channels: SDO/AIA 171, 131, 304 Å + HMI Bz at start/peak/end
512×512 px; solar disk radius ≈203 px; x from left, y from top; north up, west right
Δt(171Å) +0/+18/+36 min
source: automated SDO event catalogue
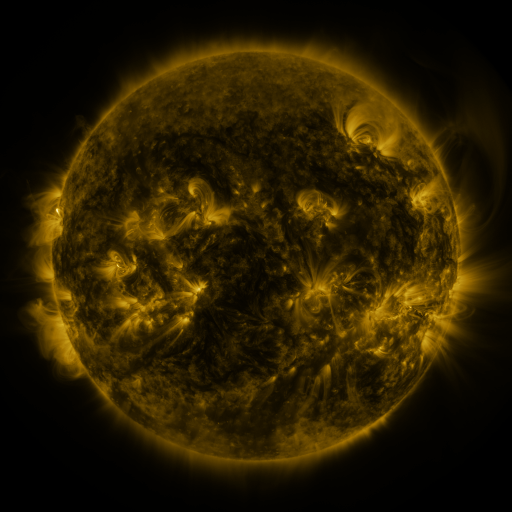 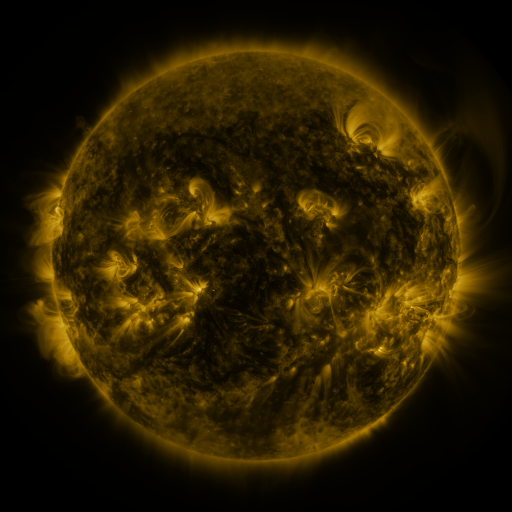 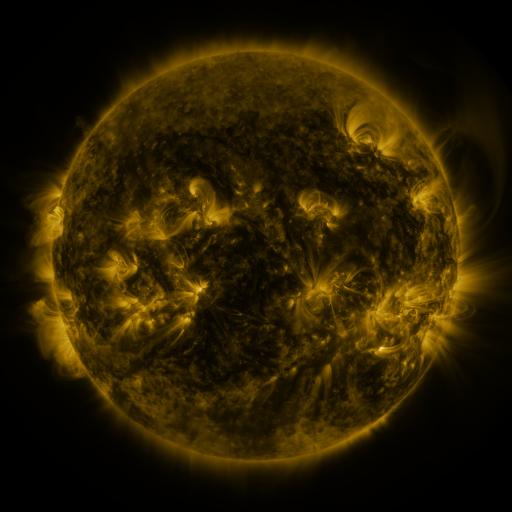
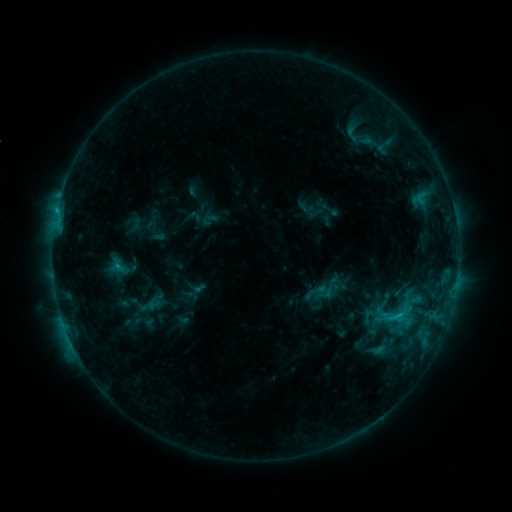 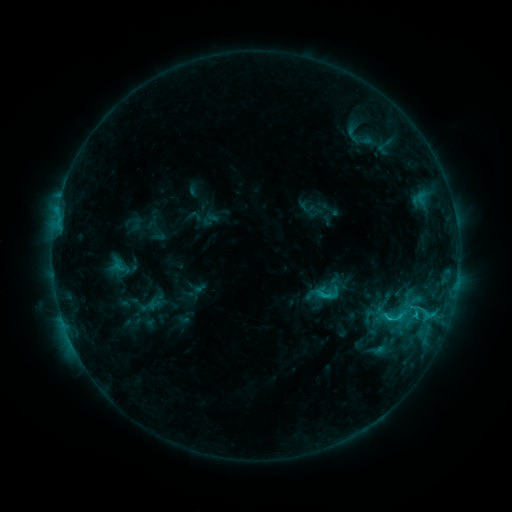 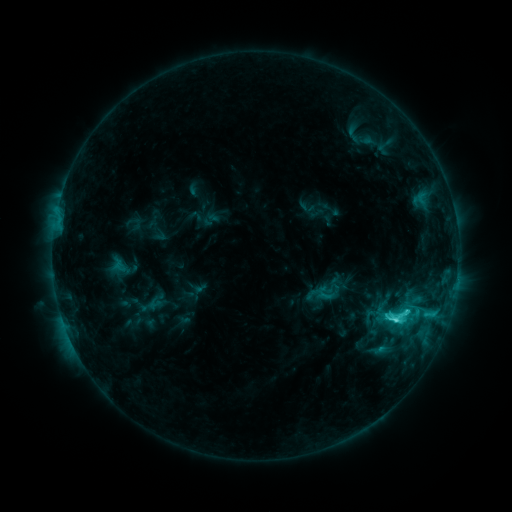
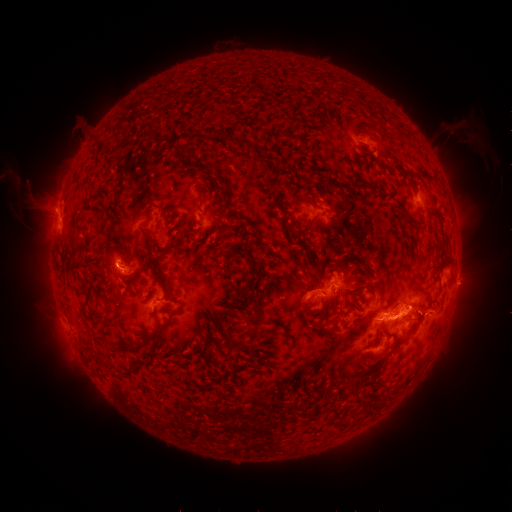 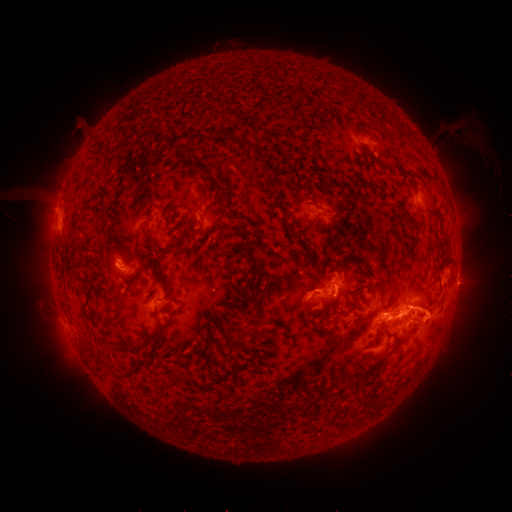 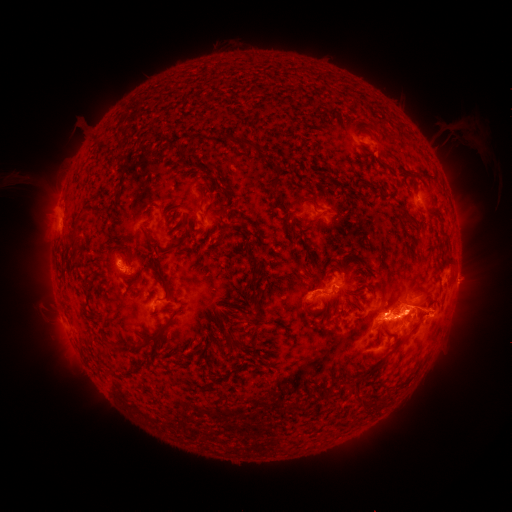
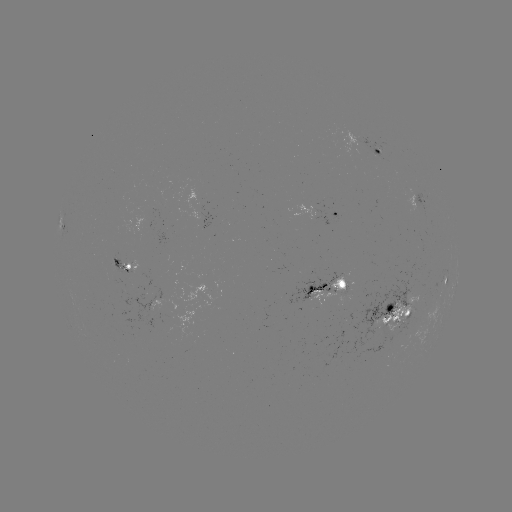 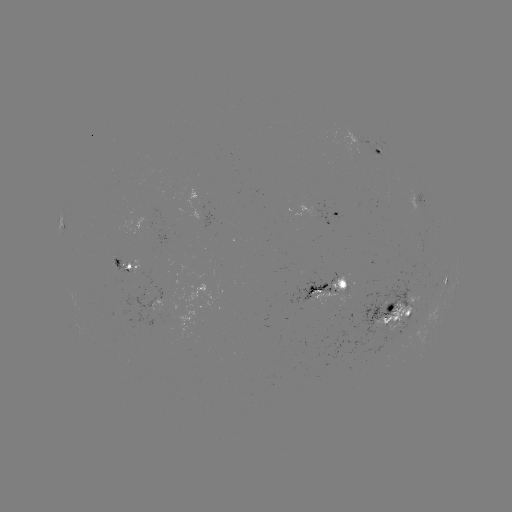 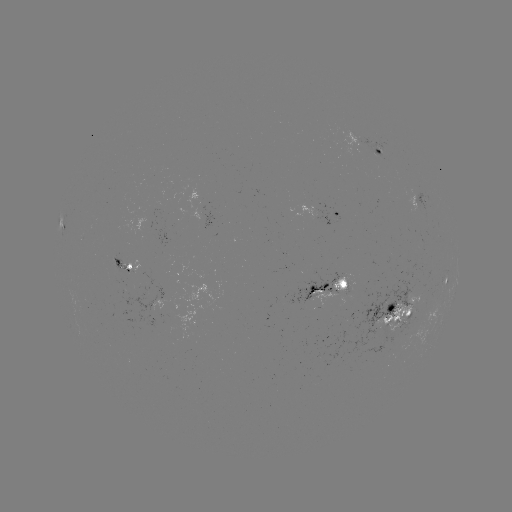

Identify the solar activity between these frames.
eruption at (432, 315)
